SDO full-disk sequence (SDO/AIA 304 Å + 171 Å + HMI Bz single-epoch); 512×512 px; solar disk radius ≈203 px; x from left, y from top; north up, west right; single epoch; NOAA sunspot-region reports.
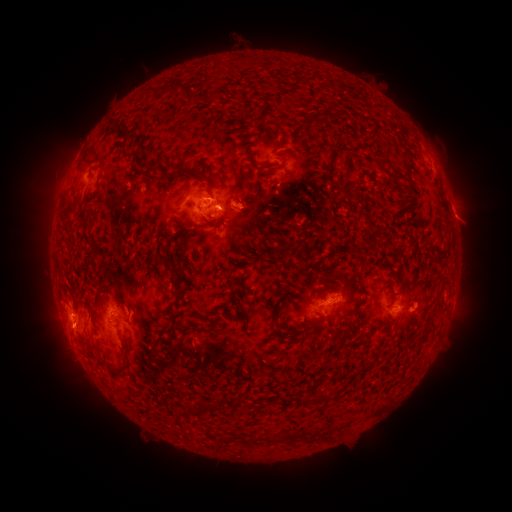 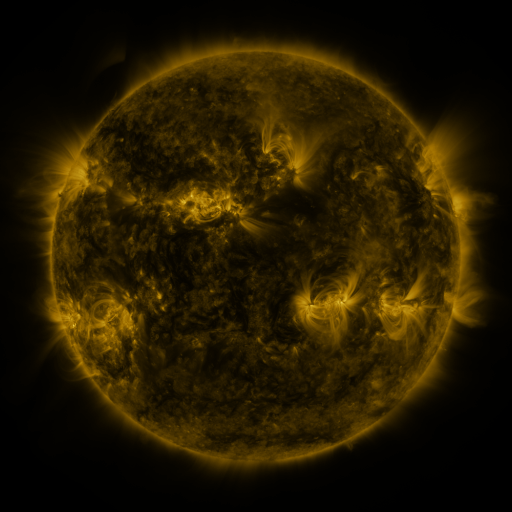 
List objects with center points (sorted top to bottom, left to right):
spotted active region: (309, 175)
spotted active region: (217, 209)
spotted active region: (130, 304)
spotted active region: (322, 305)
spotted active region: (400, 305)
spotted active region: (417, 307)
spotted active region: (81, 316)
